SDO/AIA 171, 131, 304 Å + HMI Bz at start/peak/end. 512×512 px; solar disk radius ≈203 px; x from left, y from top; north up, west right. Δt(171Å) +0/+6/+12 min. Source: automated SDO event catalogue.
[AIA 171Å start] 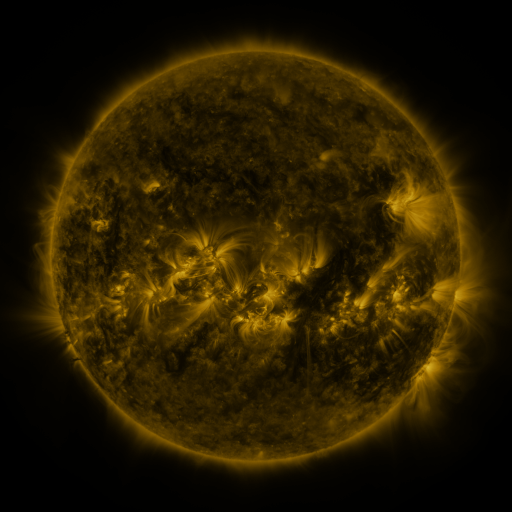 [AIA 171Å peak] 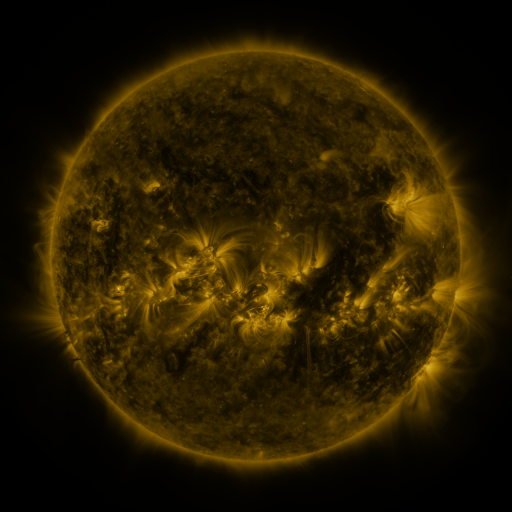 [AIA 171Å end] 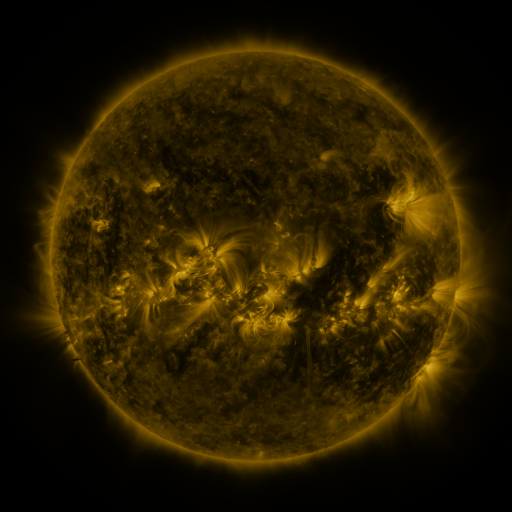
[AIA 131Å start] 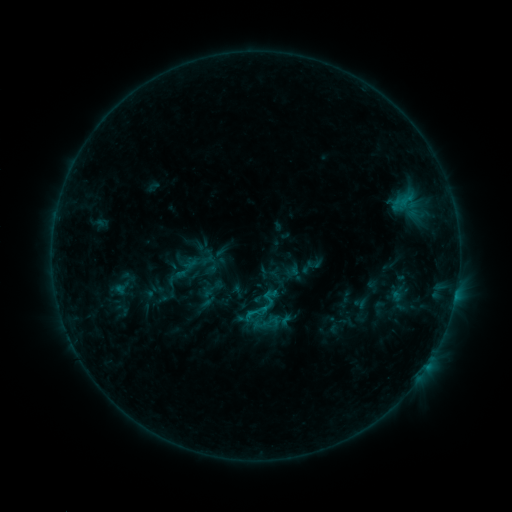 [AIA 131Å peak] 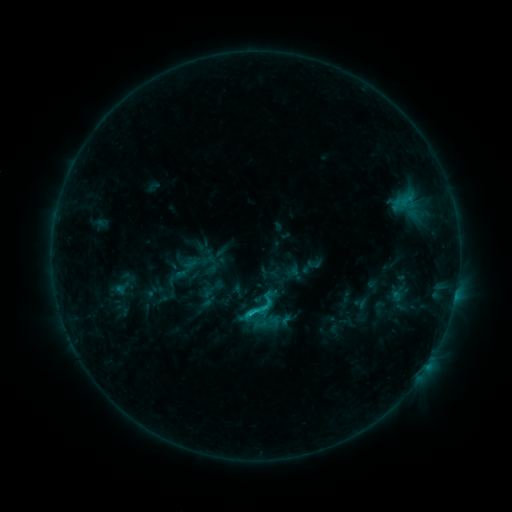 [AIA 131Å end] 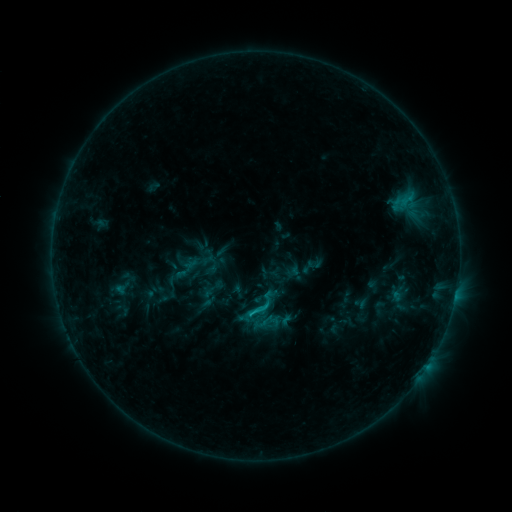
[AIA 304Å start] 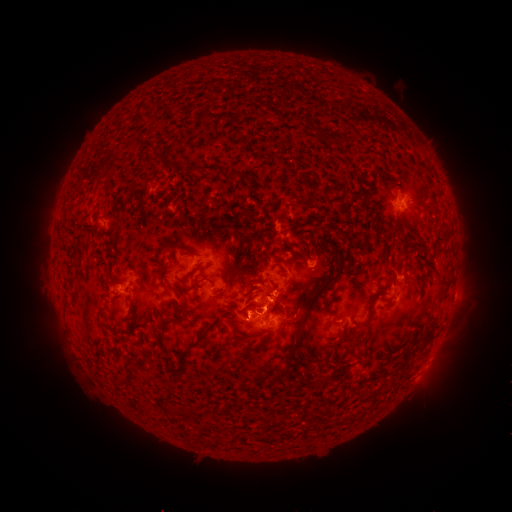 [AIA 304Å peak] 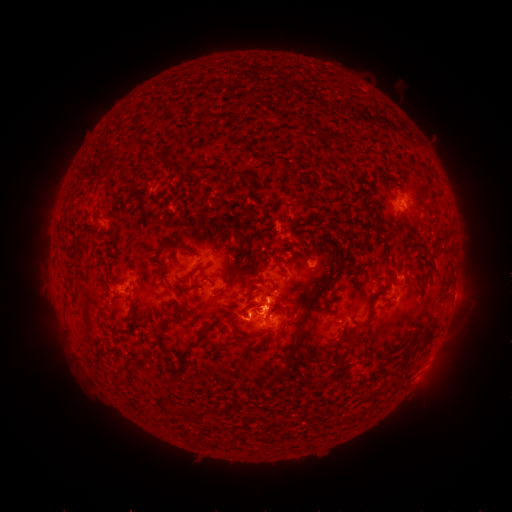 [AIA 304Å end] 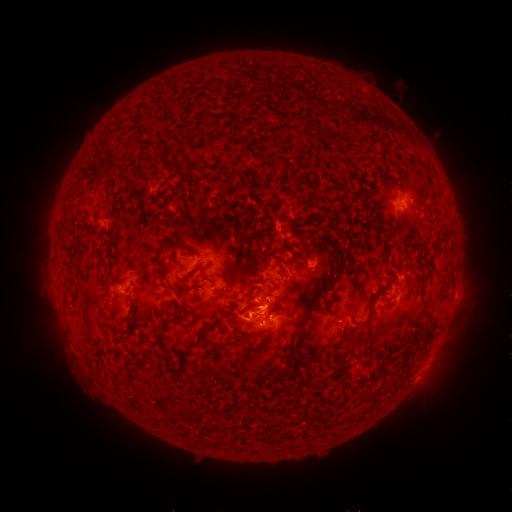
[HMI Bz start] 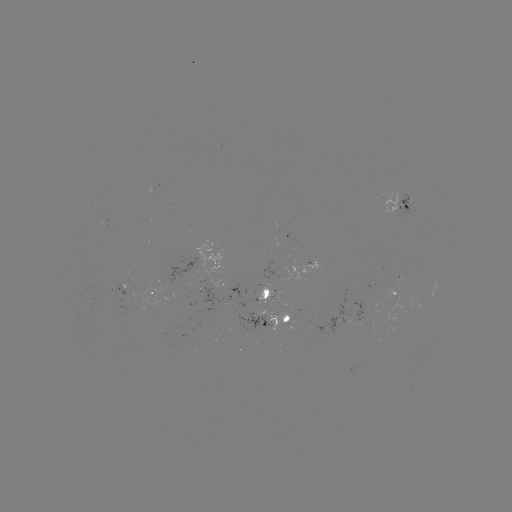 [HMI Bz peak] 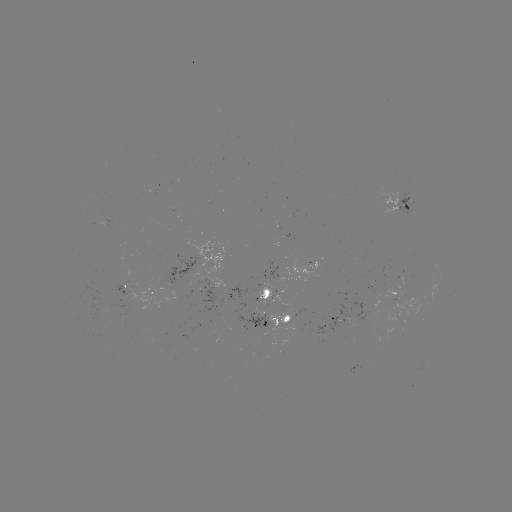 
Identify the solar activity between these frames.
C1.5 flare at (252, 310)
